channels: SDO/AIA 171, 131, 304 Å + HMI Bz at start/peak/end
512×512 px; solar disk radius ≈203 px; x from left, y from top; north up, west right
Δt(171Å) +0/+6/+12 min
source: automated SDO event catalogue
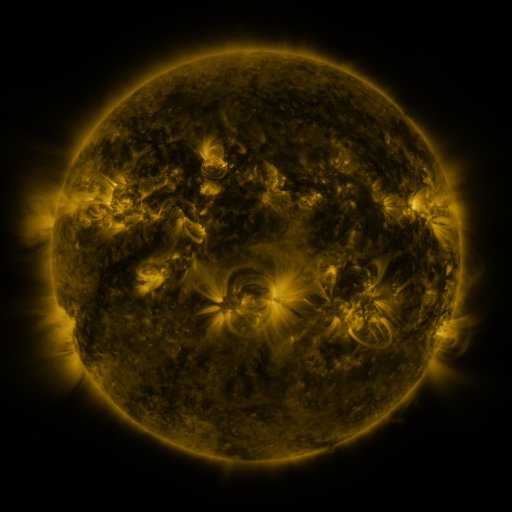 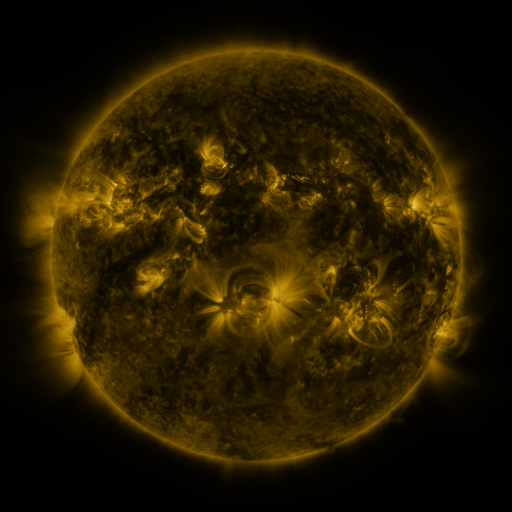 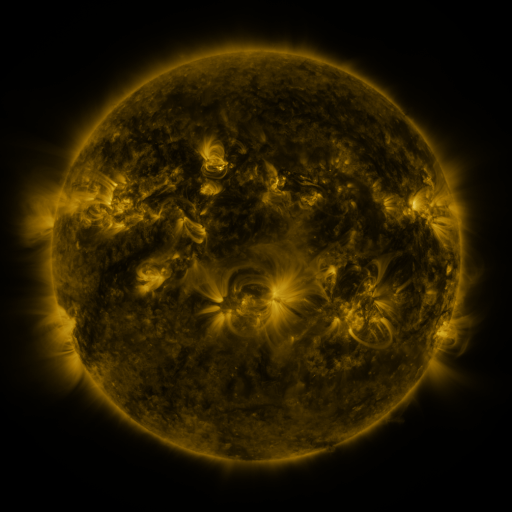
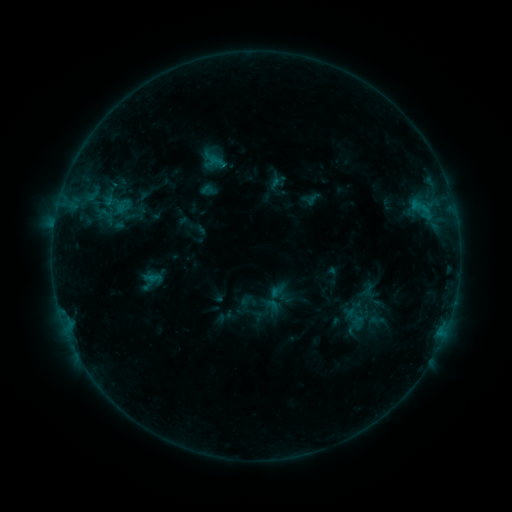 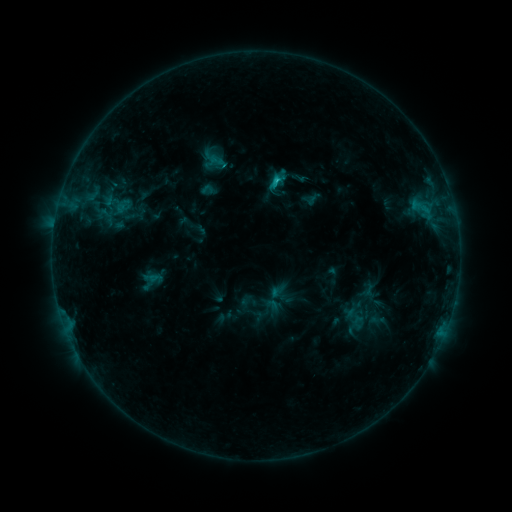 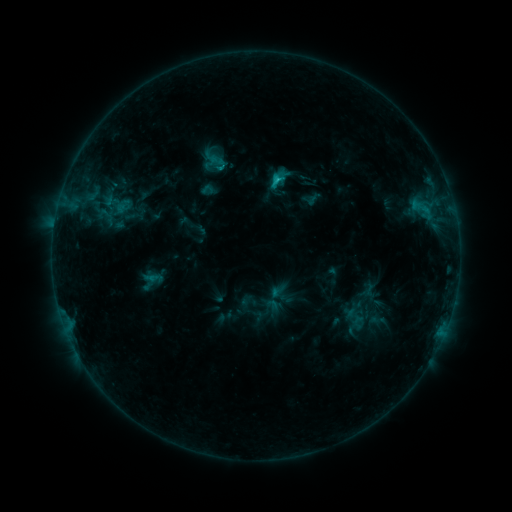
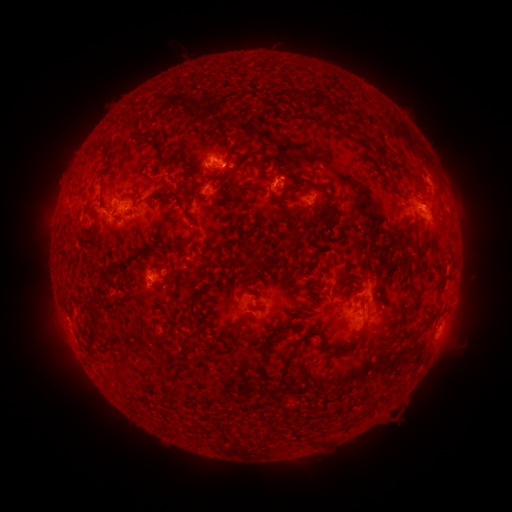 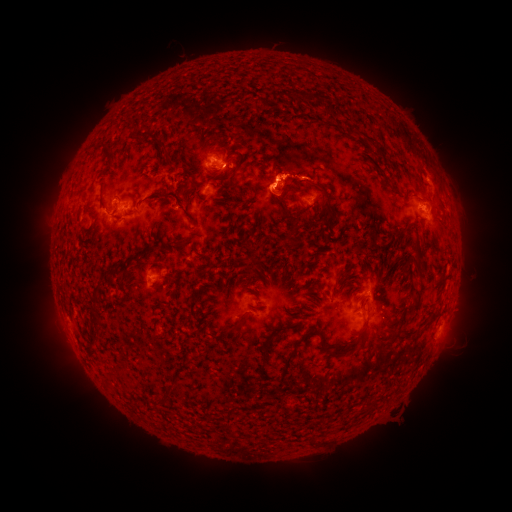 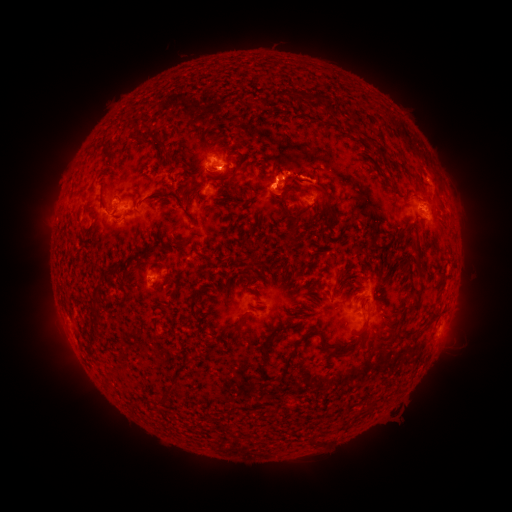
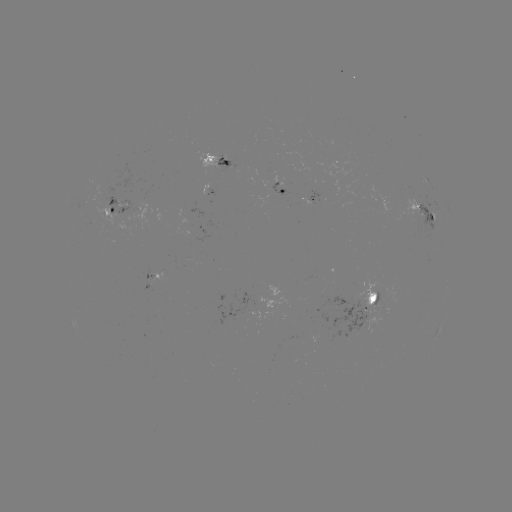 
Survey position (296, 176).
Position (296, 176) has eruption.